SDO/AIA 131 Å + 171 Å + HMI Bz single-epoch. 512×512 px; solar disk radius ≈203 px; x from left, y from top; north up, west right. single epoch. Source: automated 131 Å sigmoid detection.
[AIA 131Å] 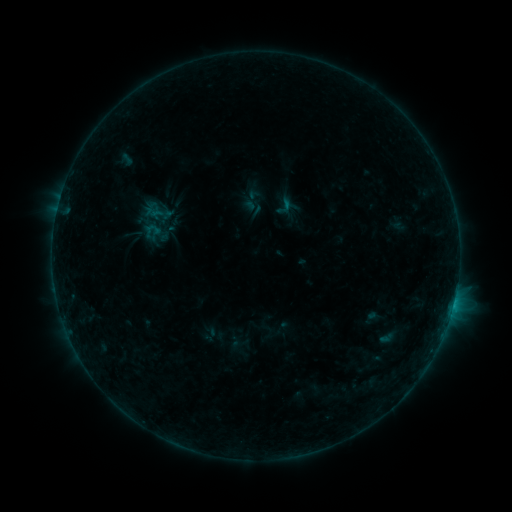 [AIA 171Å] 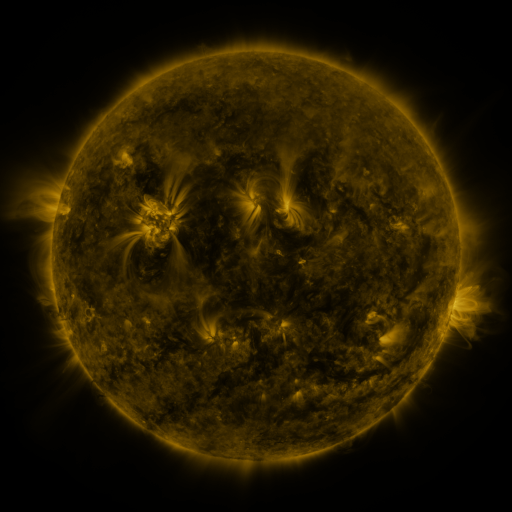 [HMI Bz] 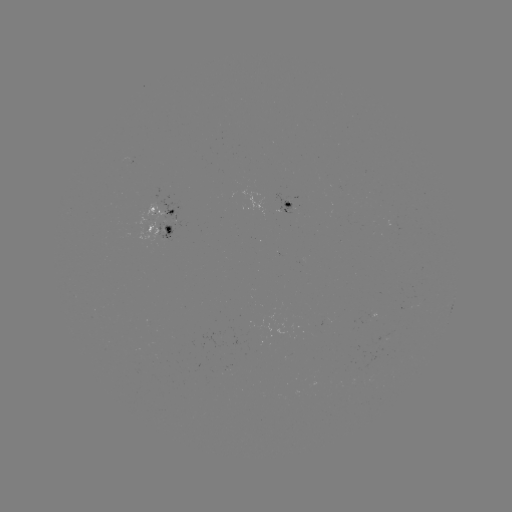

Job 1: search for sigmoid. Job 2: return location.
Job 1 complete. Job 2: [284, 206].